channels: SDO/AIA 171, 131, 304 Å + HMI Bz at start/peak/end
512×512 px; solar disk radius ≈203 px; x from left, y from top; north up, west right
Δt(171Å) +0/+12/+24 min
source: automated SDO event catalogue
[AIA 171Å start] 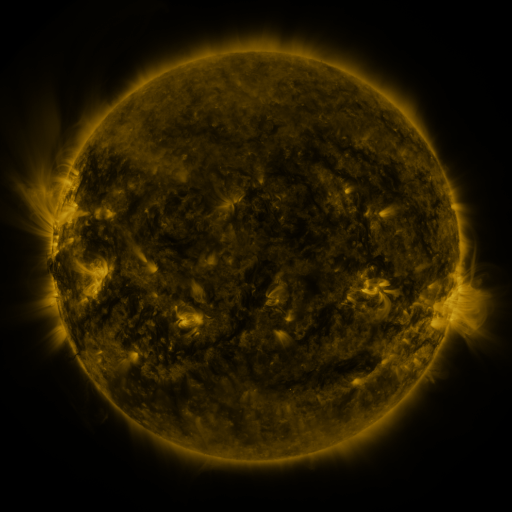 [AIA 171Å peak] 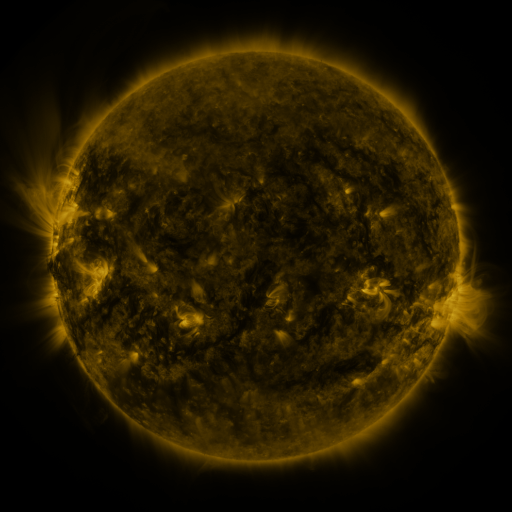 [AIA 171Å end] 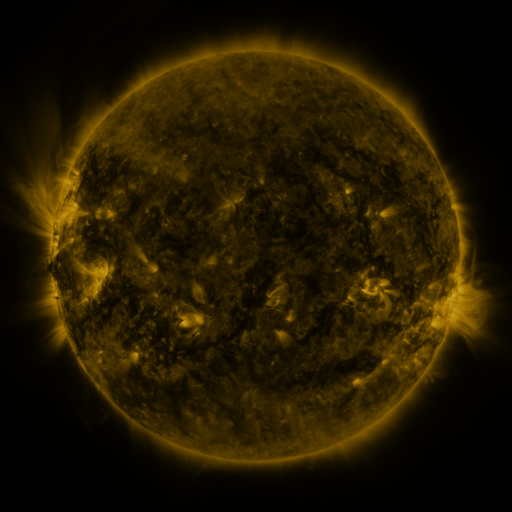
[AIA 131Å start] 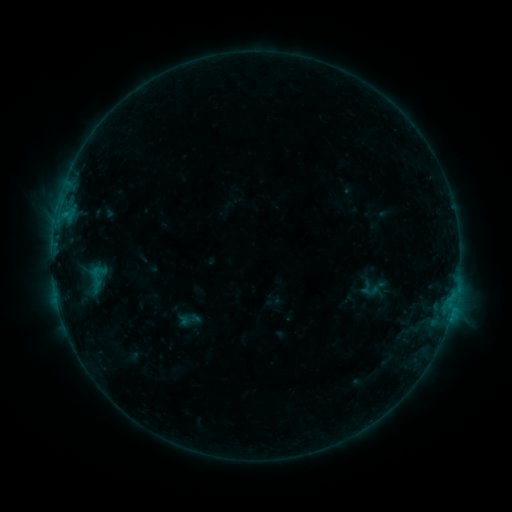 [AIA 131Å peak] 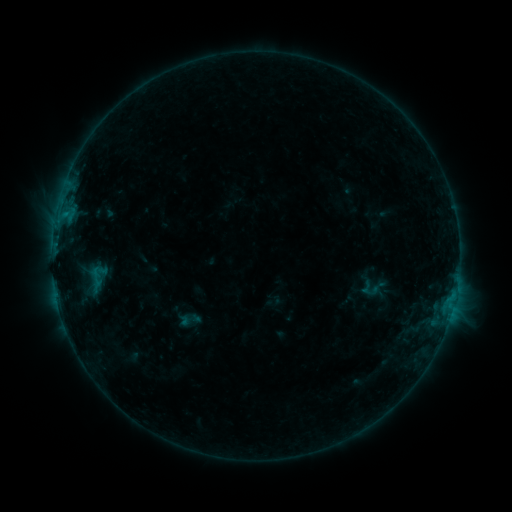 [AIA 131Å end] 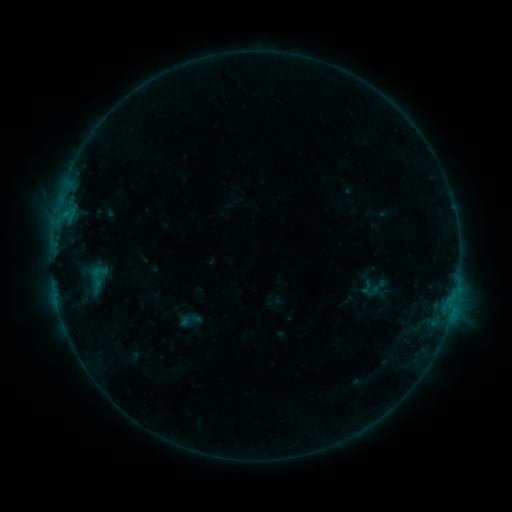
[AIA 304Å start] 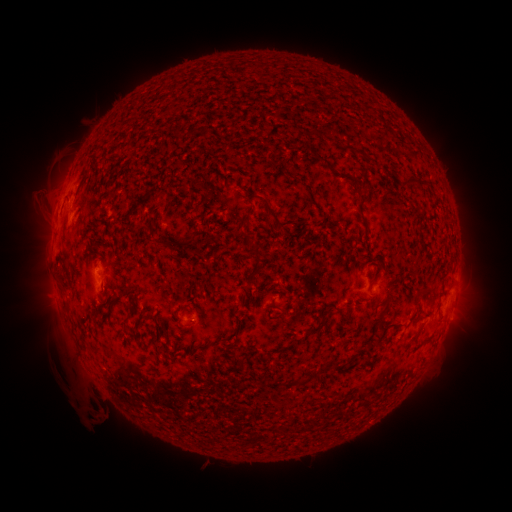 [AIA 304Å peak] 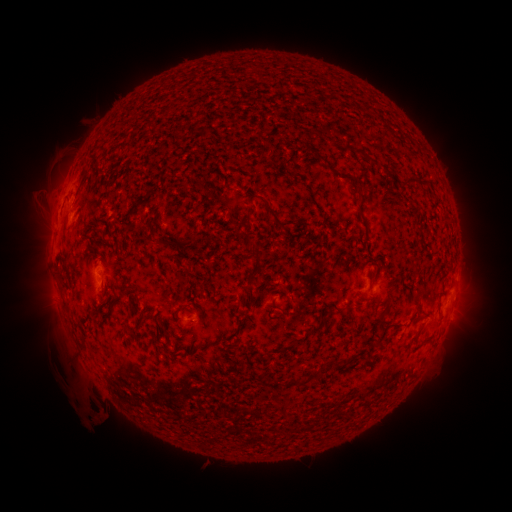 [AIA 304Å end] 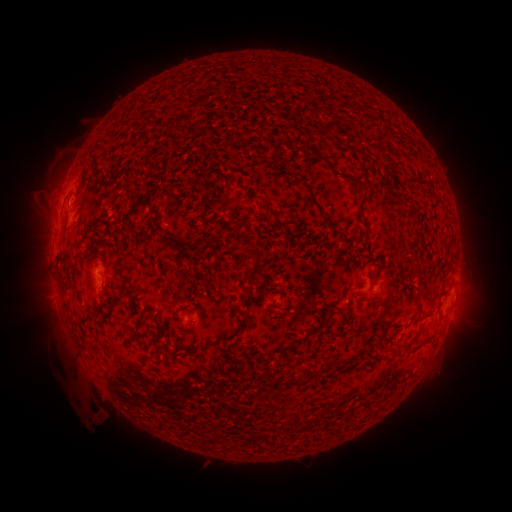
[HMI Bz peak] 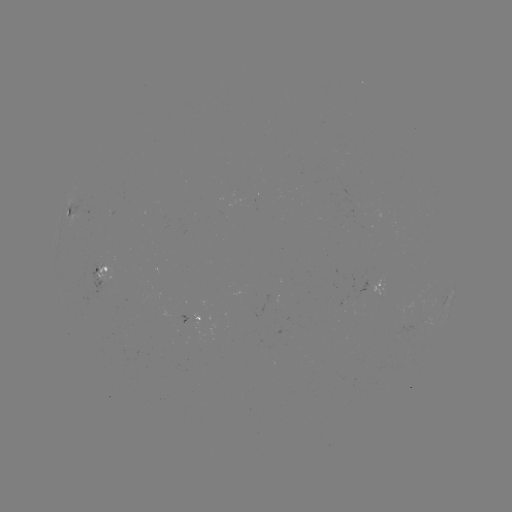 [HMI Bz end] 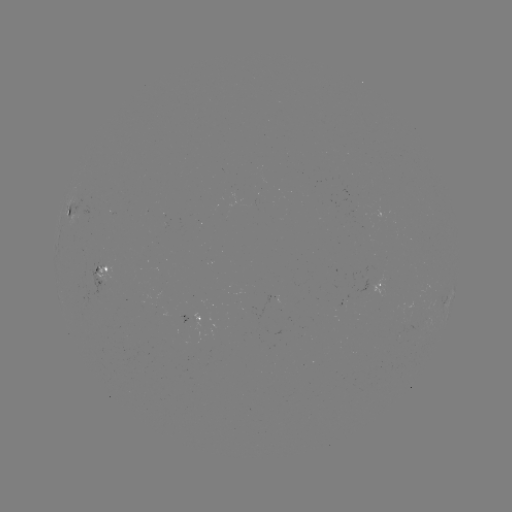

nothing was catalogued: no classed flare, no EUV trigger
